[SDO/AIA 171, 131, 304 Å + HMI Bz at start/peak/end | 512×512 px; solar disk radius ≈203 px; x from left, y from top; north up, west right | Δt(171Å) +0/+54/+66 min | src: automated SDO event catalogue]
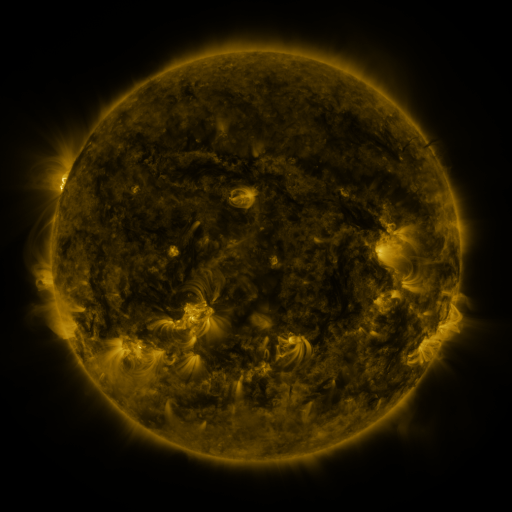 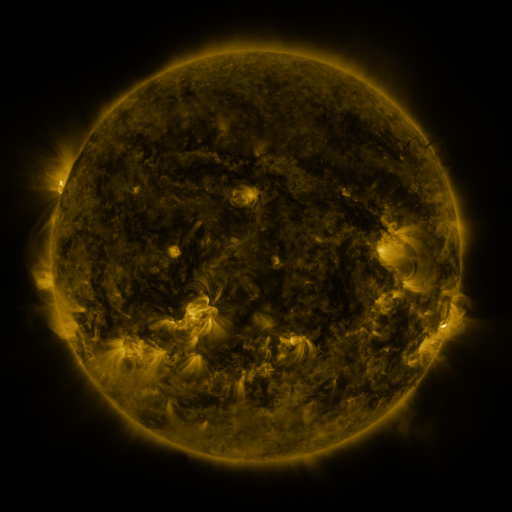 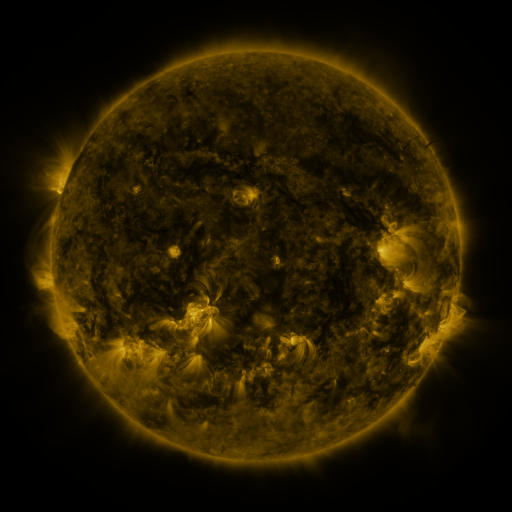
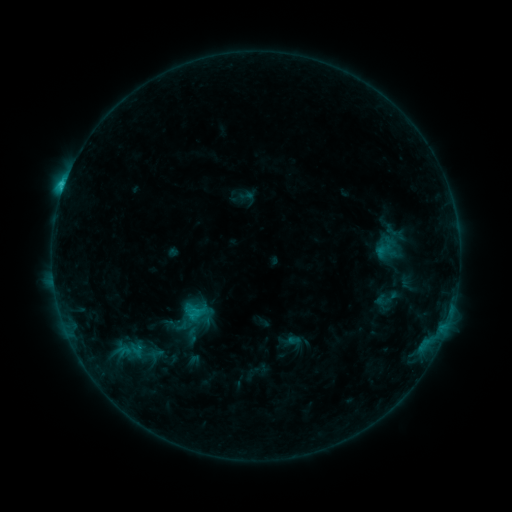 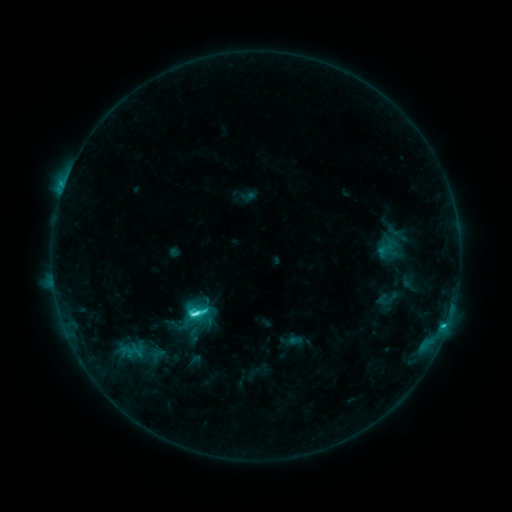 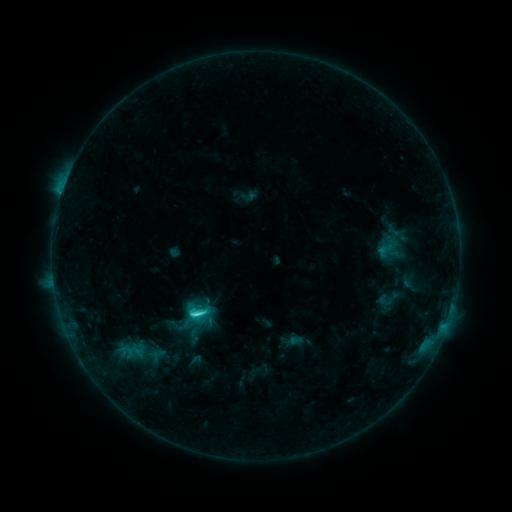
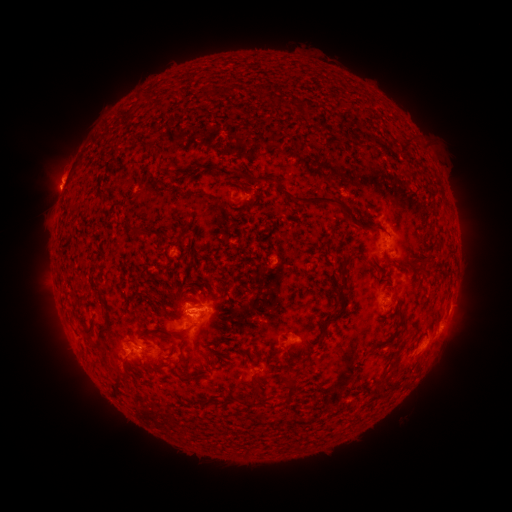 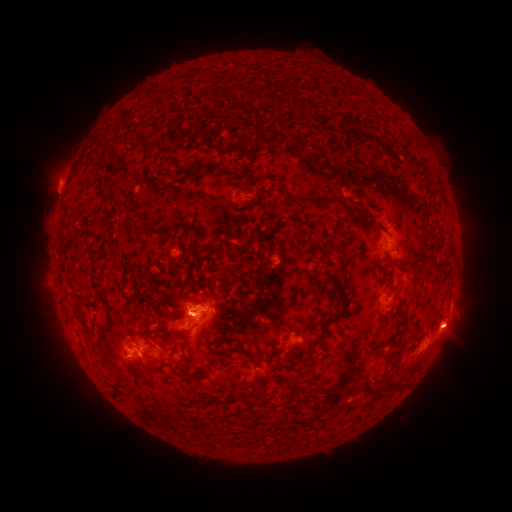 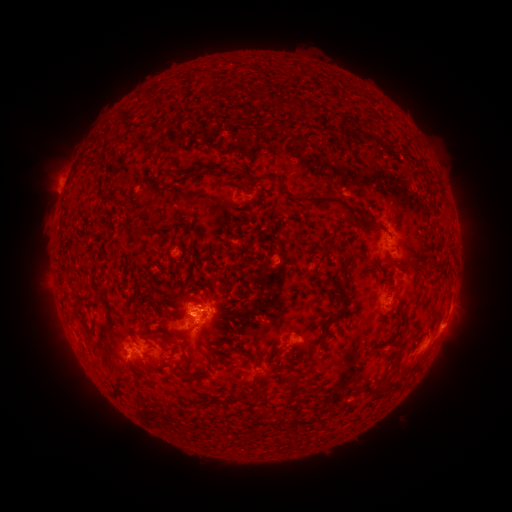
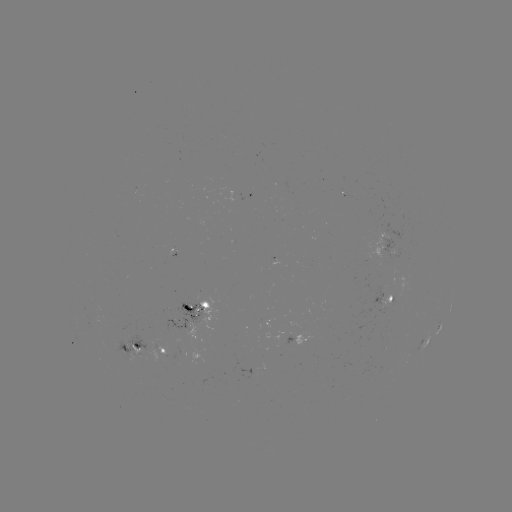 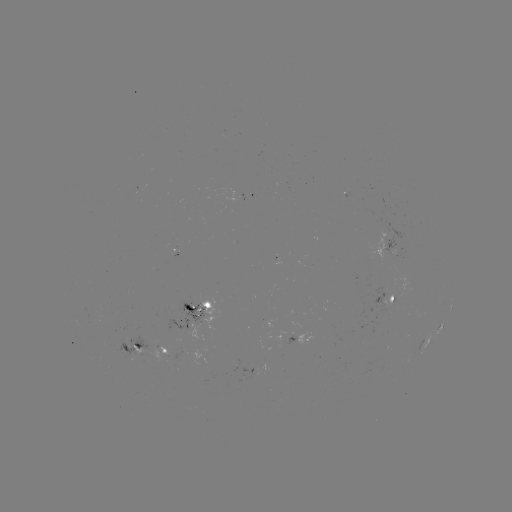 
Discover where C5.4 flare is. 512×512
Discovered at [197, 311].